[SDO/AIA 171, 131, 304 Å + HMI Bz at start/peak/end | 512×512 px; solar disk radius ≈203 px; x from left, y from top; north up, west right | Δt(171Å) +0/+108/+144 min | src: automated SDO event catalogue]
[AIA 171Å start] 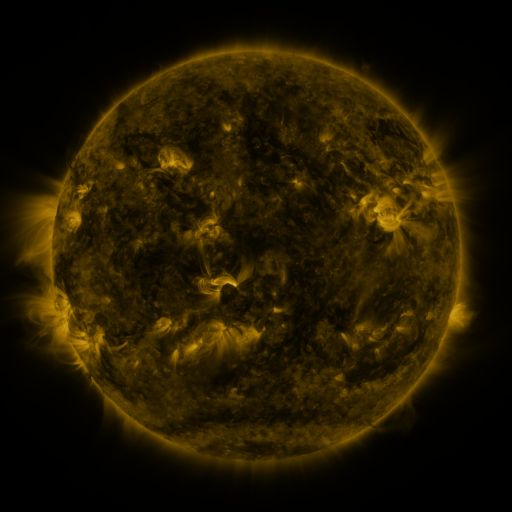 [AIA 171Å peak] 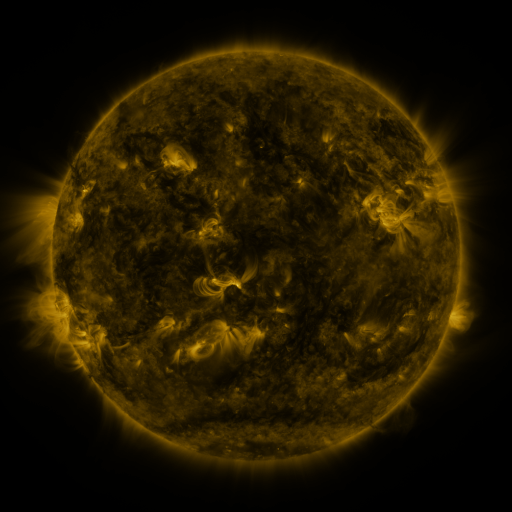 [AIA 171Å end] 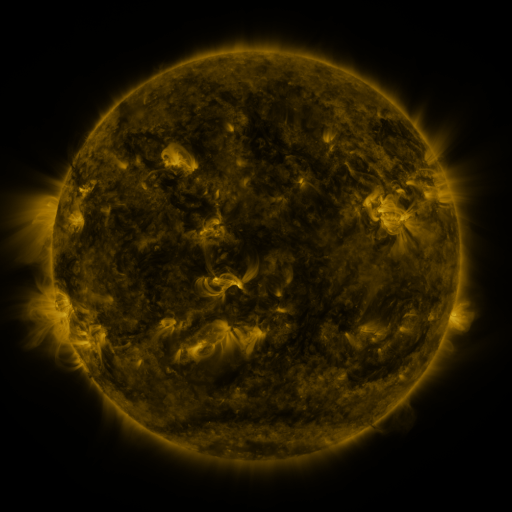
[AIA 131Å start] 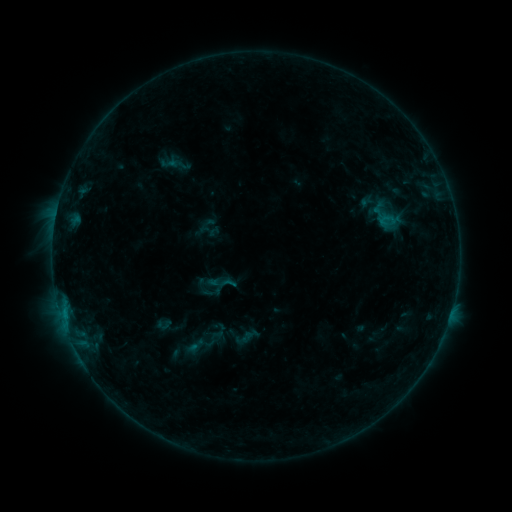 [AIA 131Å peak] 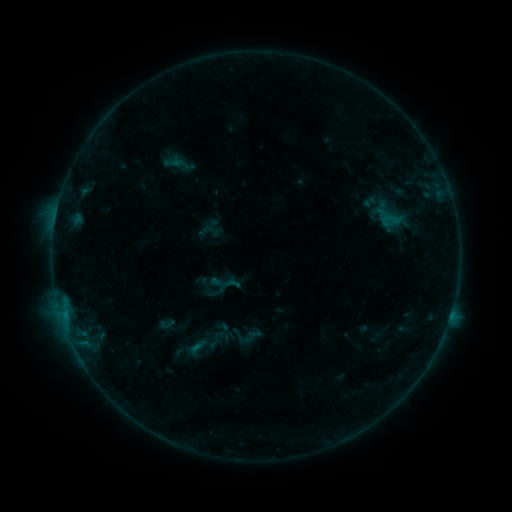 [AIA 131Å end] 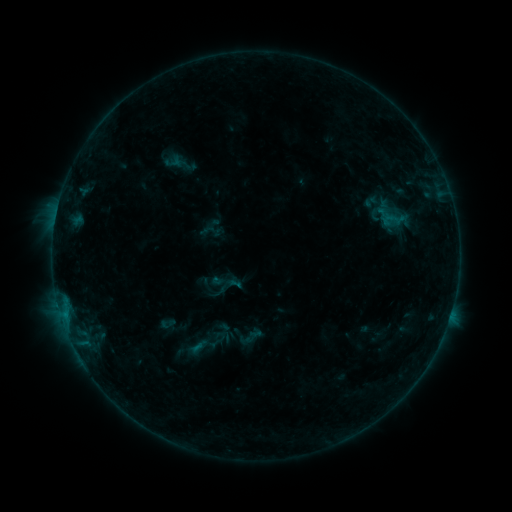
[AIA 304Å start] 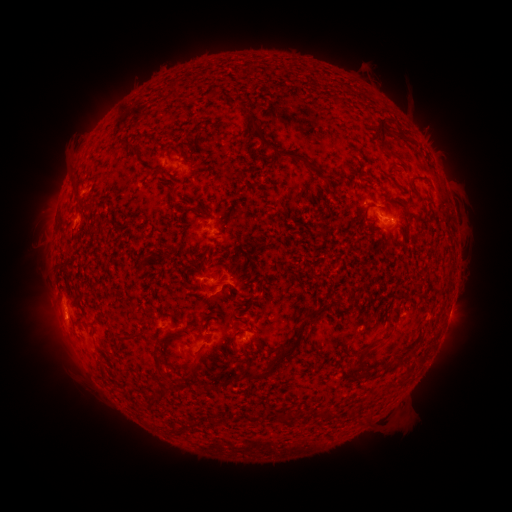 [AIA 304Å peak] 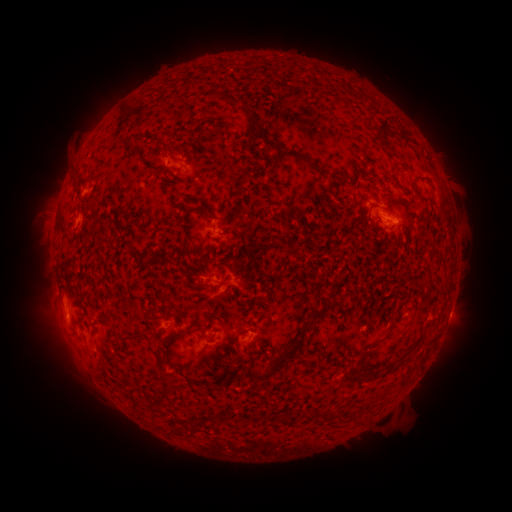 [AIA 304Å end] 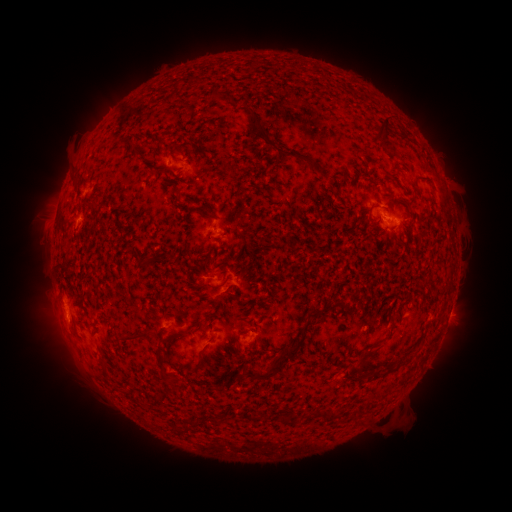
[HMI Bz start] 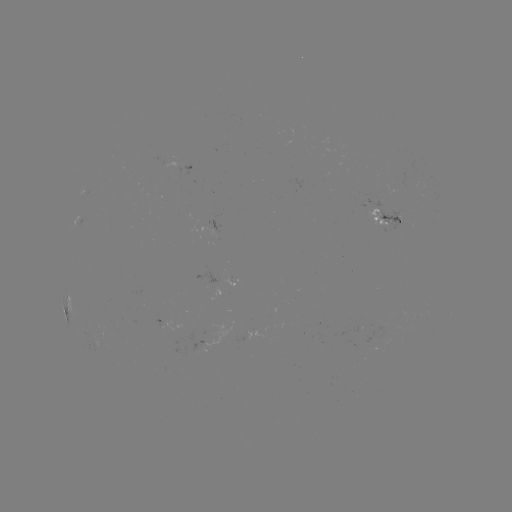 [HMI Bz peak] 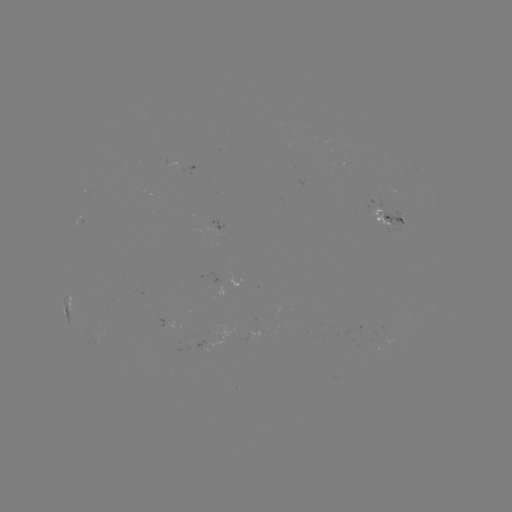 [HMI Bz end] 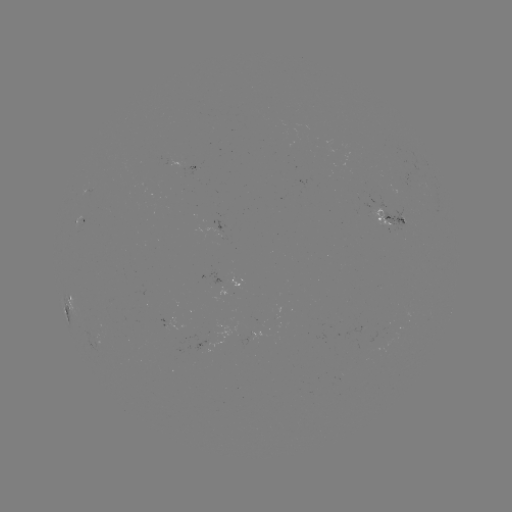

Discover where emerging-flux region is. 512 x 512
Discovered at (230, 335).